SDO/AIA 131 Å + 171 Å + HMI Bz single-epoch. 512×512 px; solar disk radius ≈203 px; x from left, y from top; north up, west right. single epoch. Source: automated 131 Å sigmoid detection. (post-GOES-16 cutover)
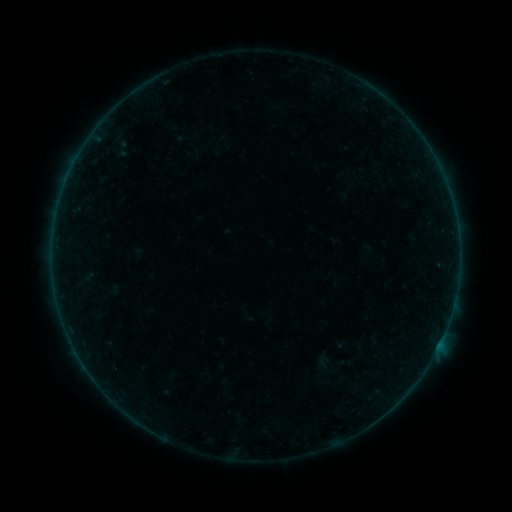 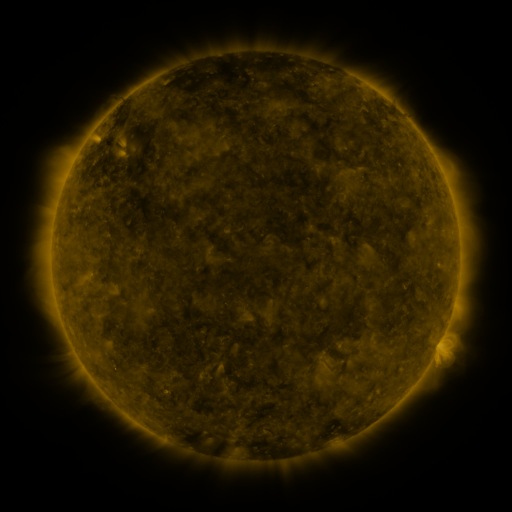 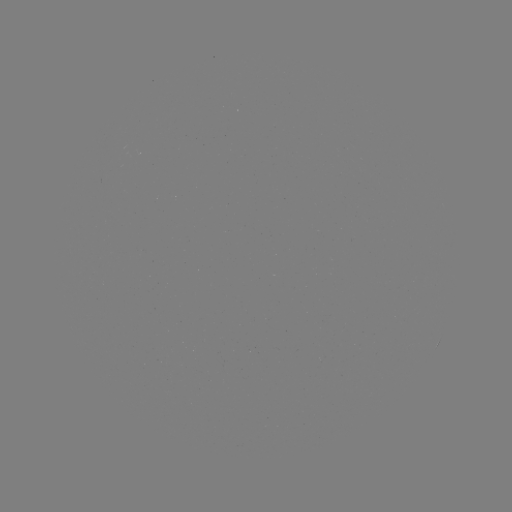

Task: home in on sigmoid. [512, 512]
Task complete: [323, 361].